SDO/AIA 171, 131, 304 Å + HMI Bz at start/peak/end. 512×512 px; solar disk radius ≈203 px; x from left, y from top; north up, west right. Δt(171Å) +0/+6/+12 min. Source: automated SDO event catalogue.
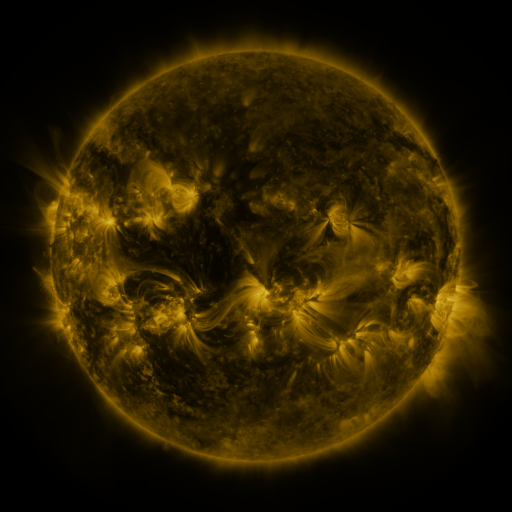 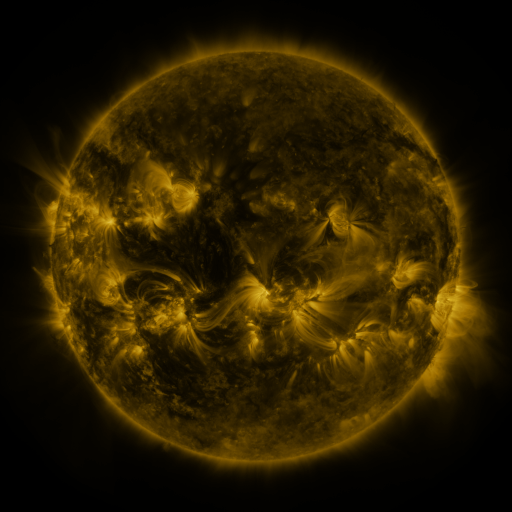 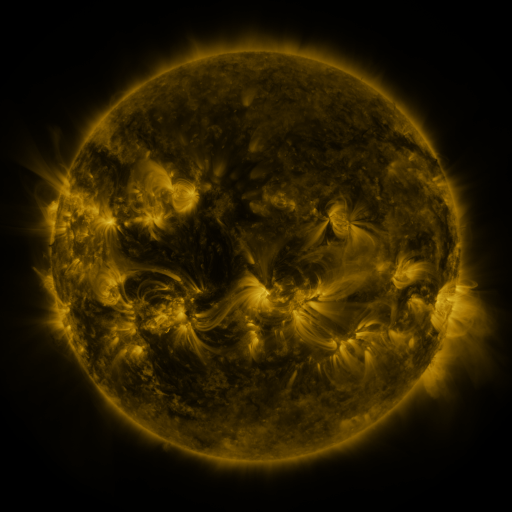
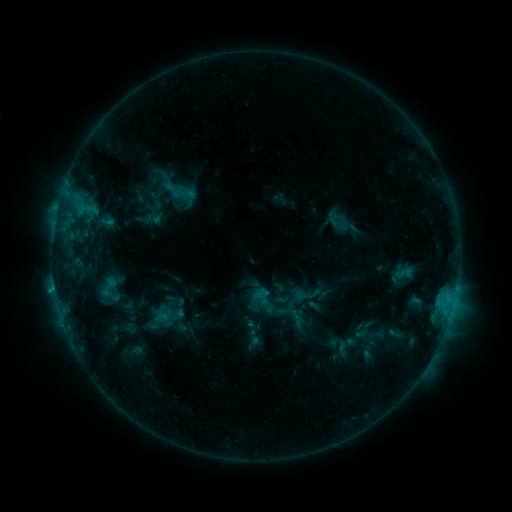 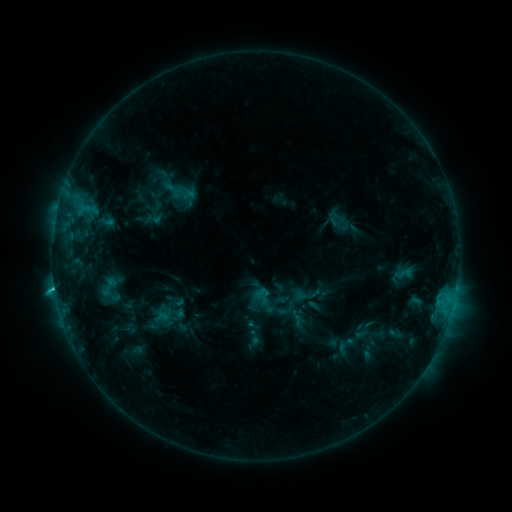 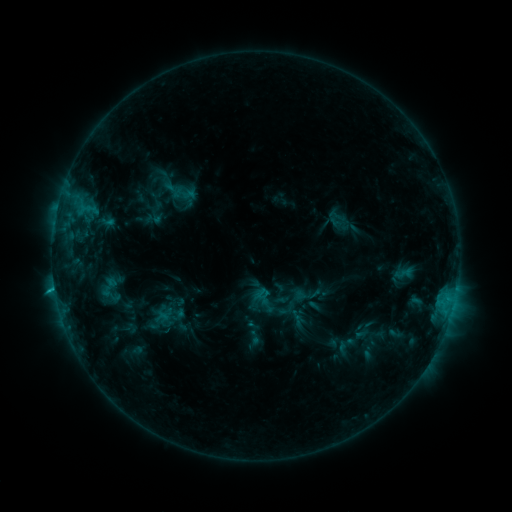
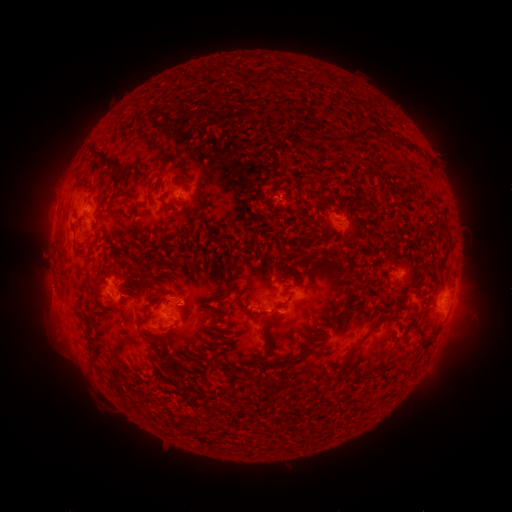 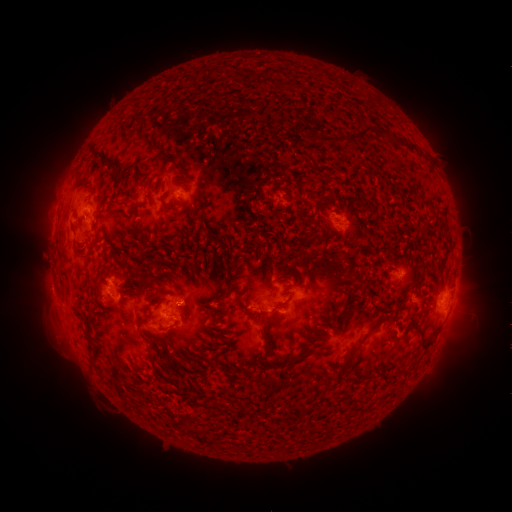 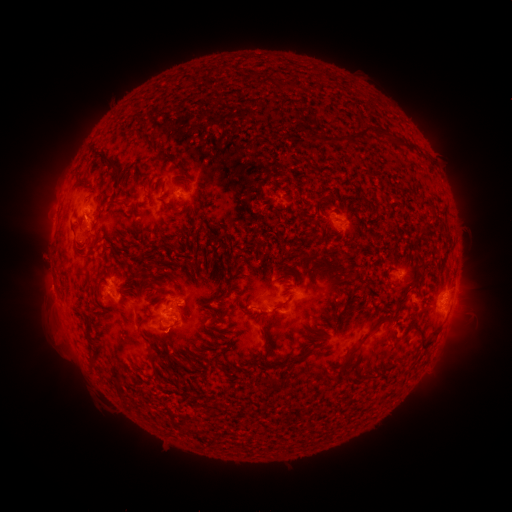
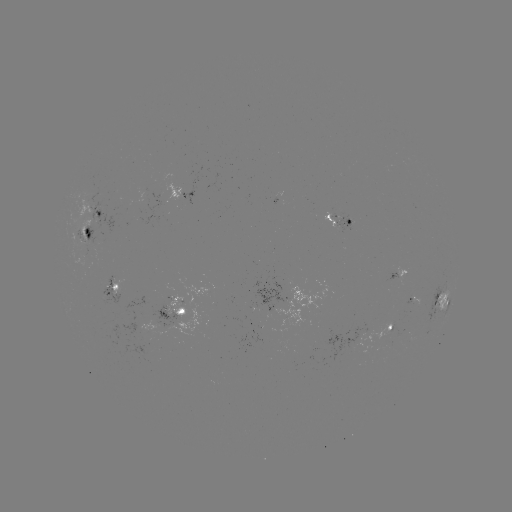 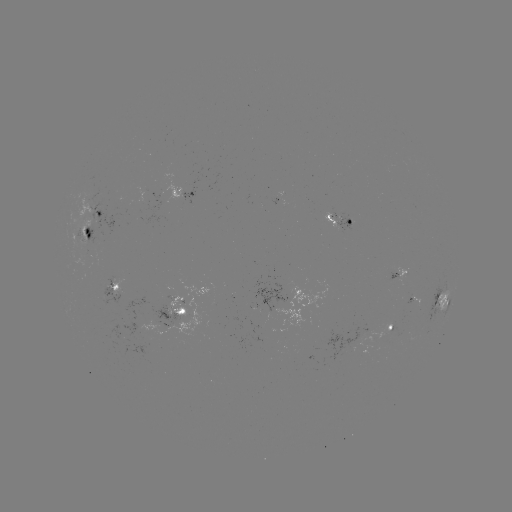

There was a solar flare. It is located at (55, 287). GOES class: C1.7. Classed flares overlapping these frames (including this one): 1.